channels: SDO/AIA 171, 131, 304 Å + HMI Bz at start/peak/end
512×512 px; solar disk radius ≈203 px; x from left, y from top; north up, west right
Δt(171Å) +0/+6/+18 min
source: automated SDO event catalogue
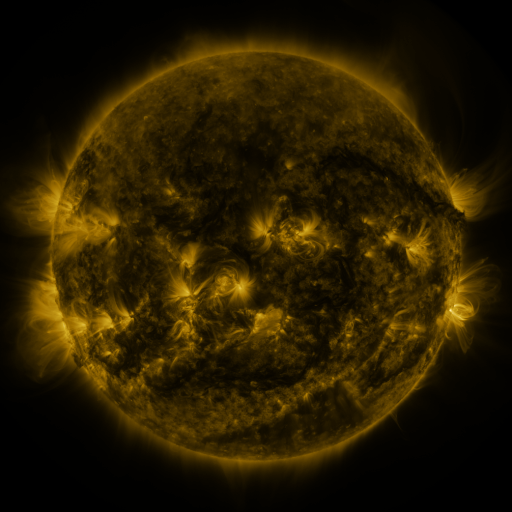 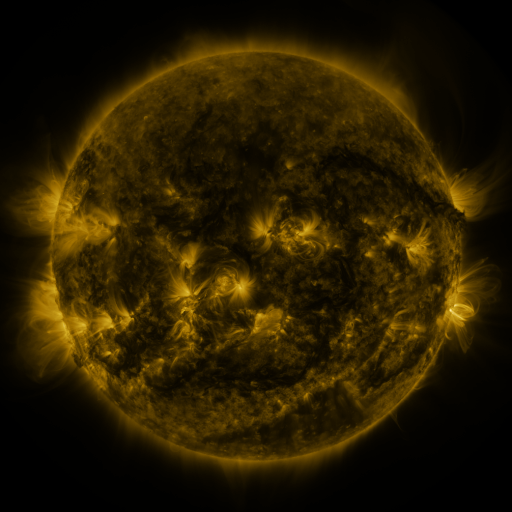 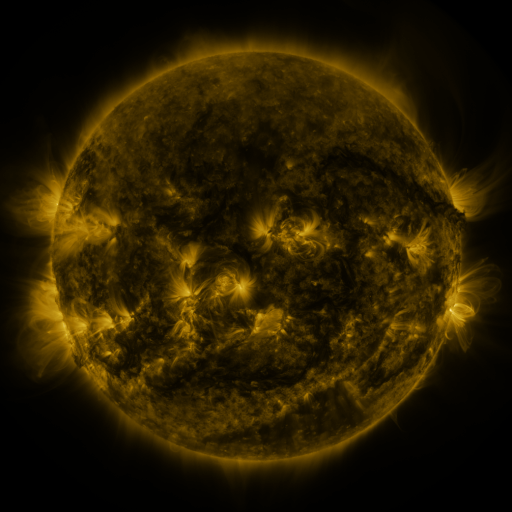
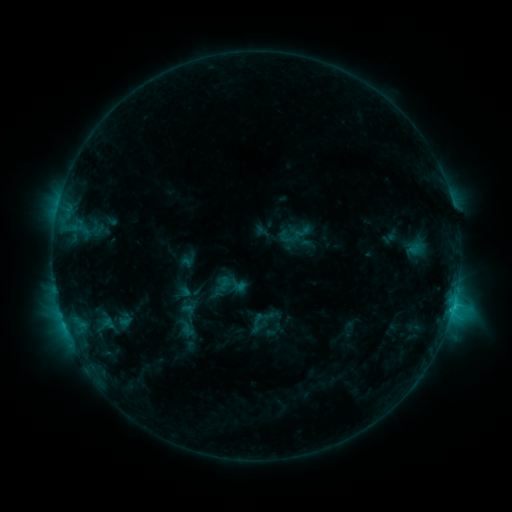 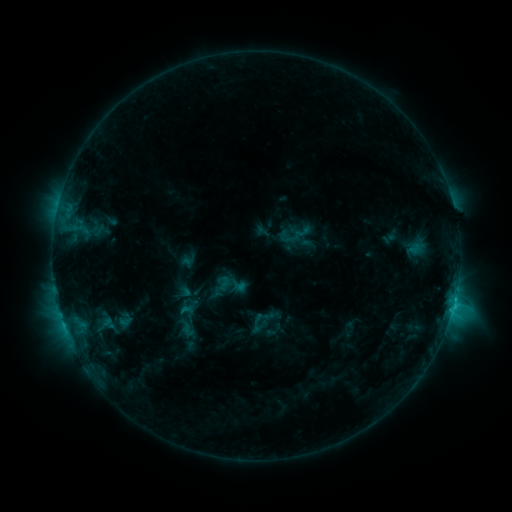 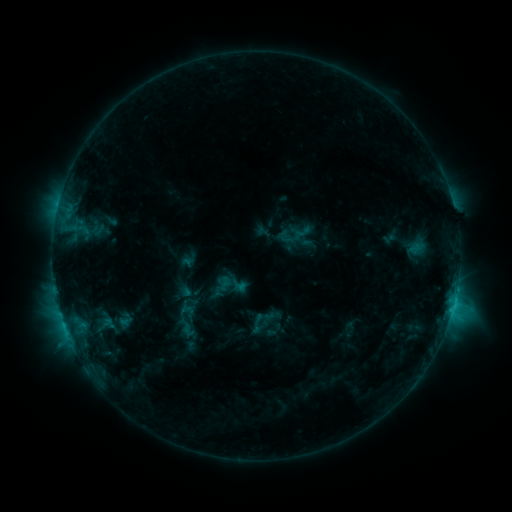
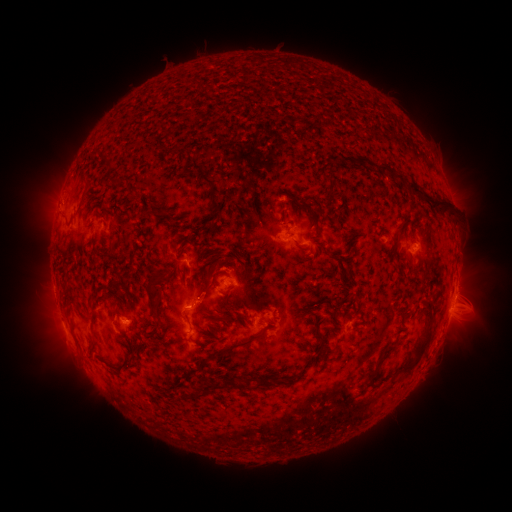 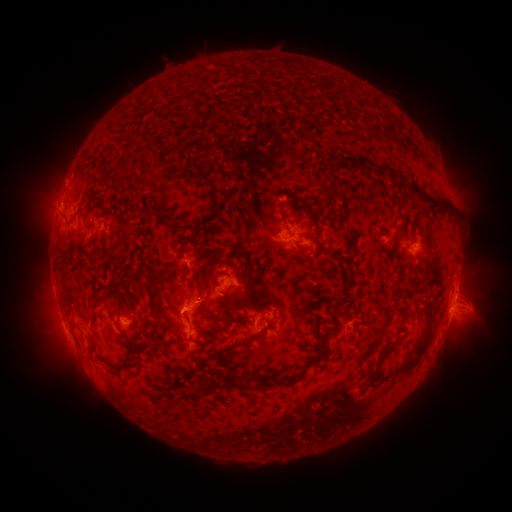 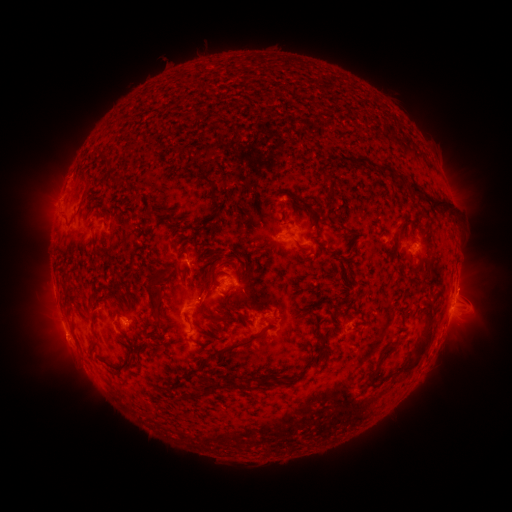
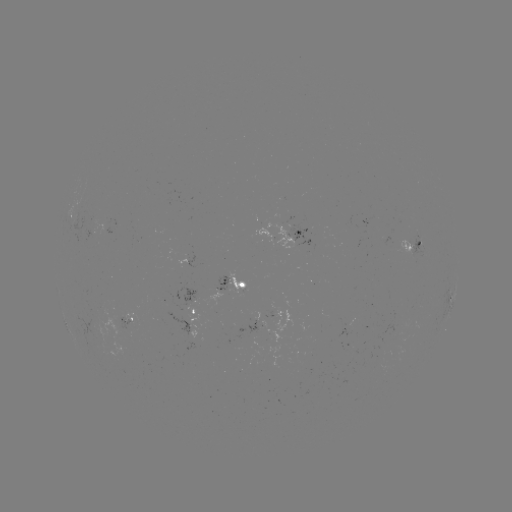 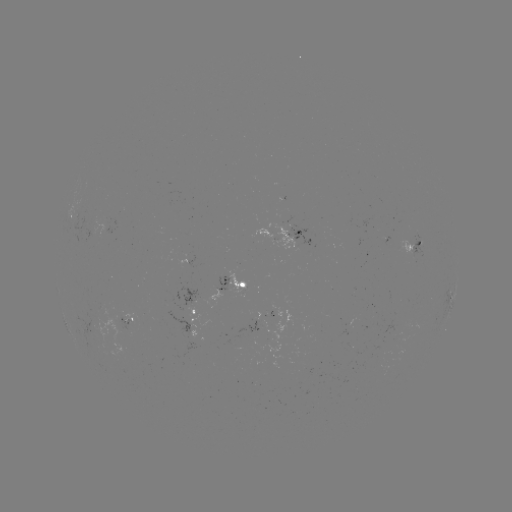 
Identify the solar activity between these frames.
eruption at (62, 176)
